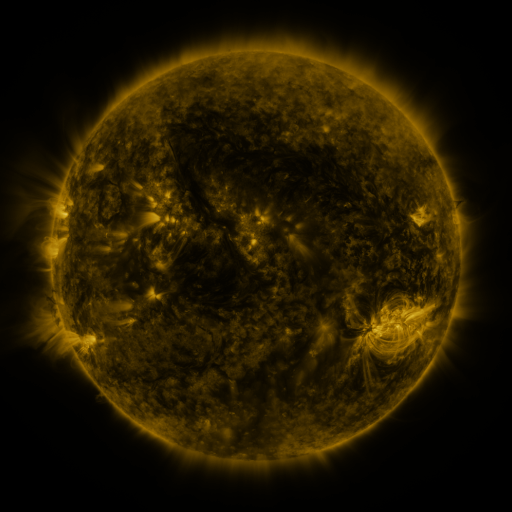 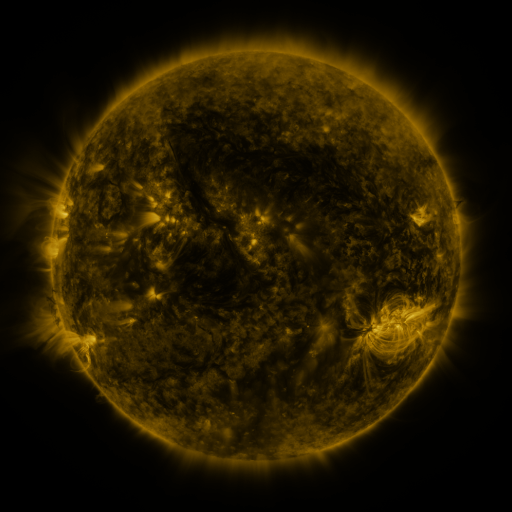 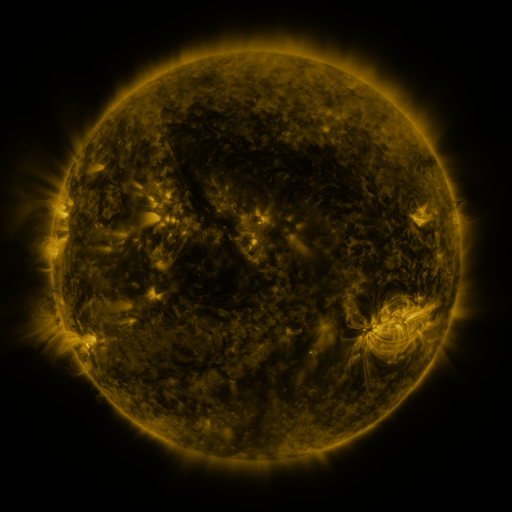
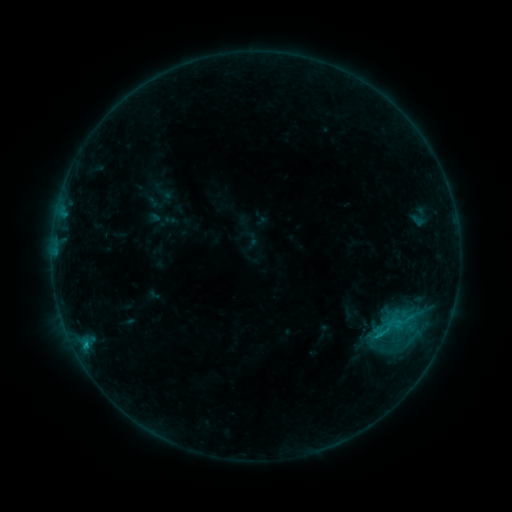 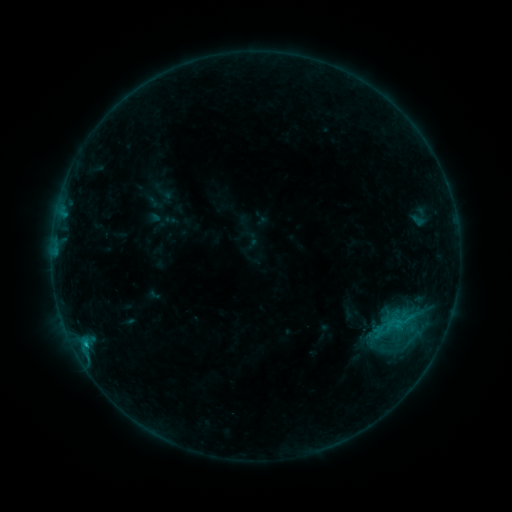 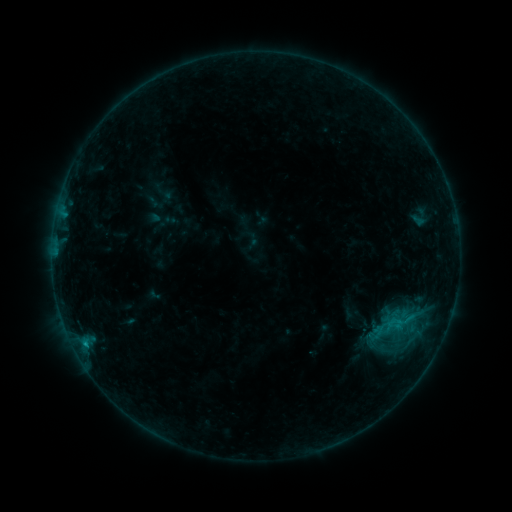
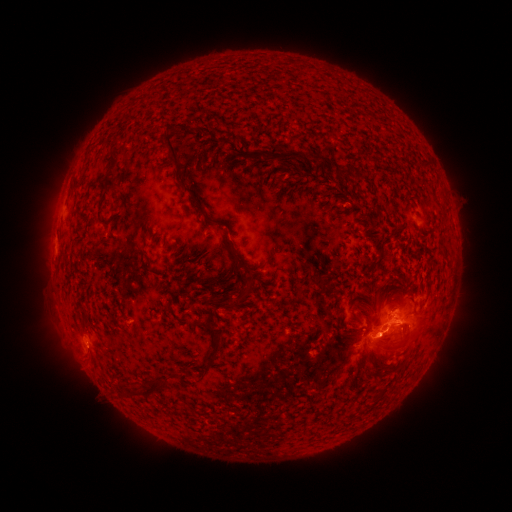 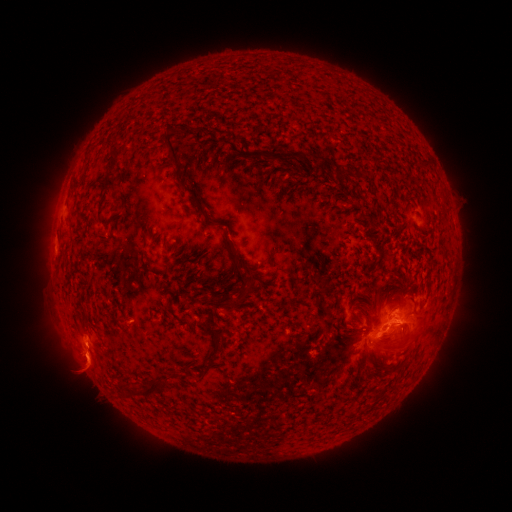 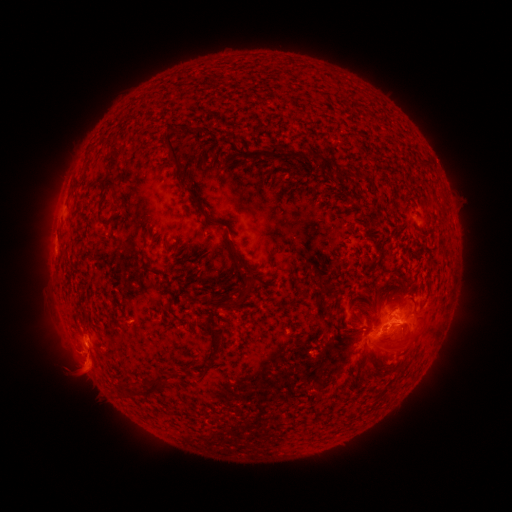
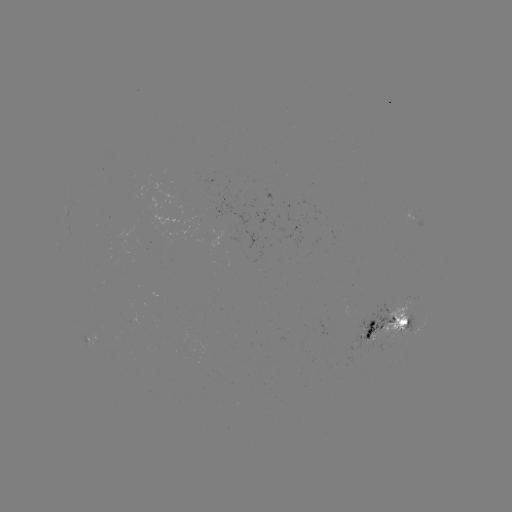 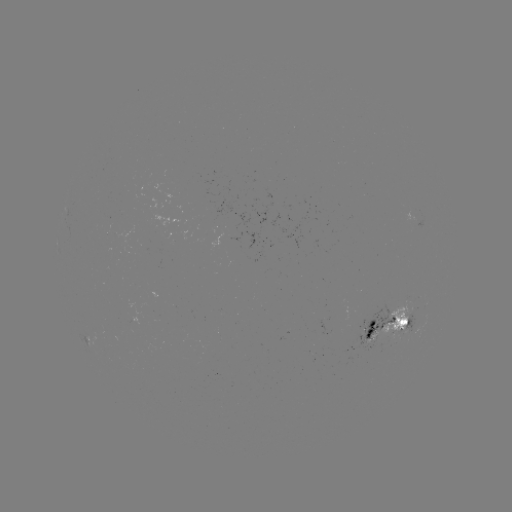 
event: eruption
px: (88, 364)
